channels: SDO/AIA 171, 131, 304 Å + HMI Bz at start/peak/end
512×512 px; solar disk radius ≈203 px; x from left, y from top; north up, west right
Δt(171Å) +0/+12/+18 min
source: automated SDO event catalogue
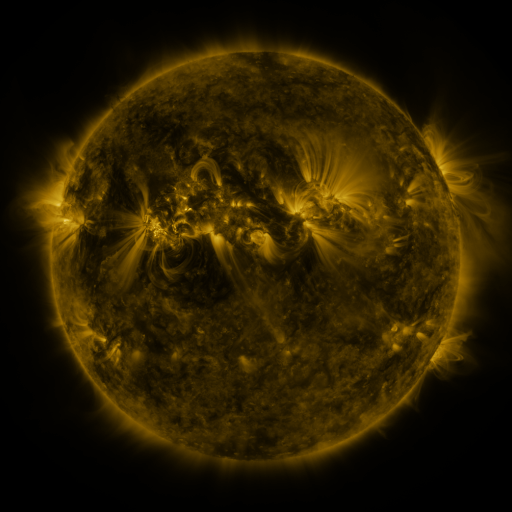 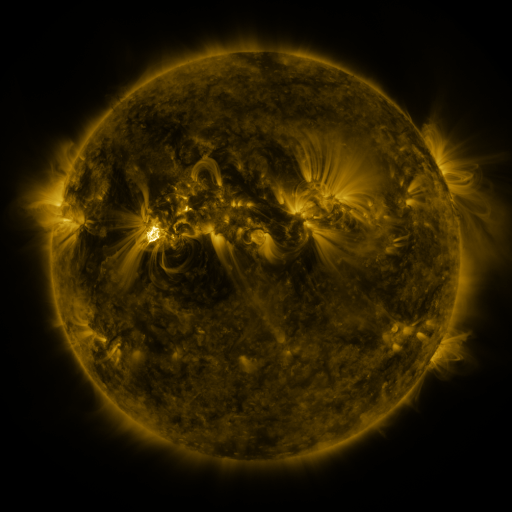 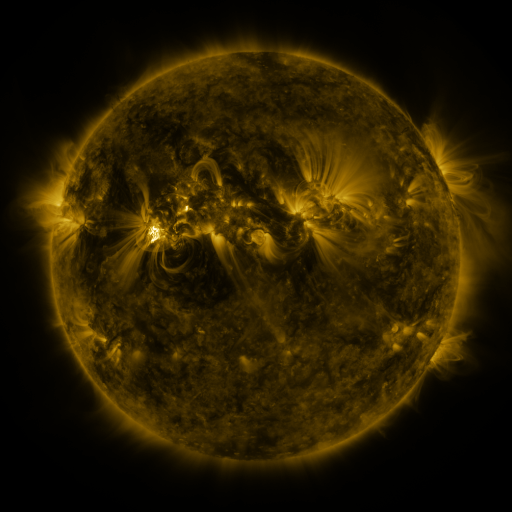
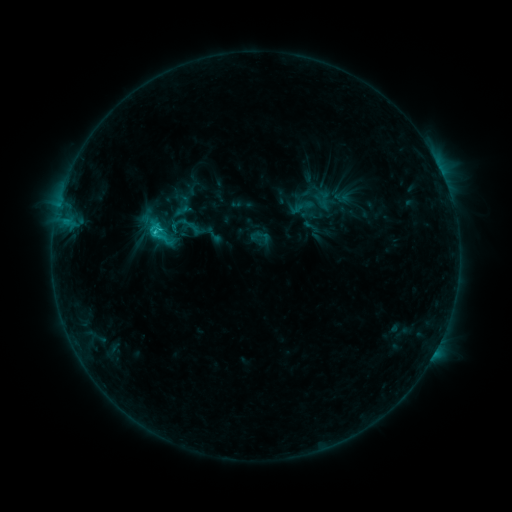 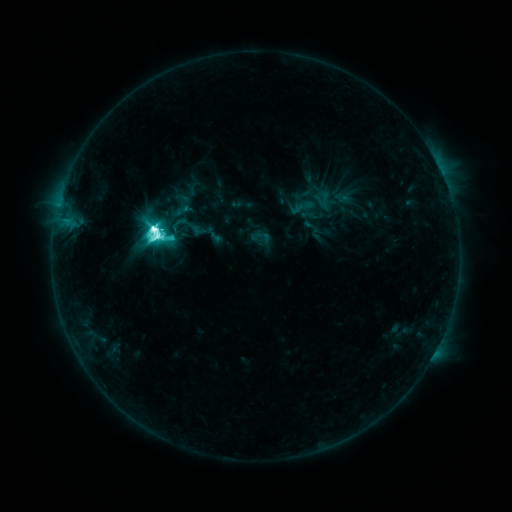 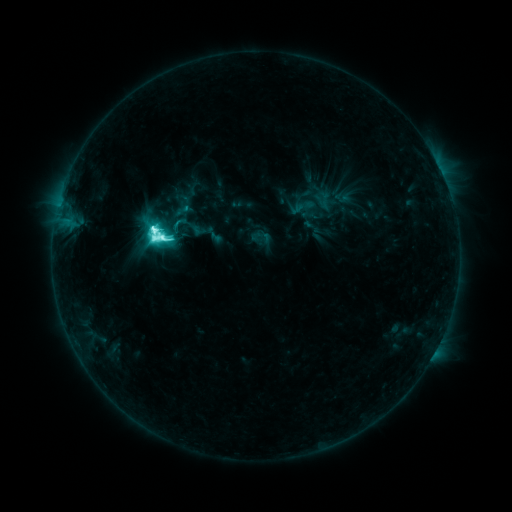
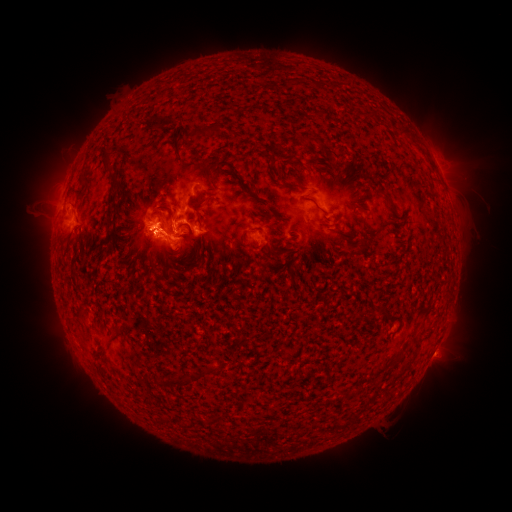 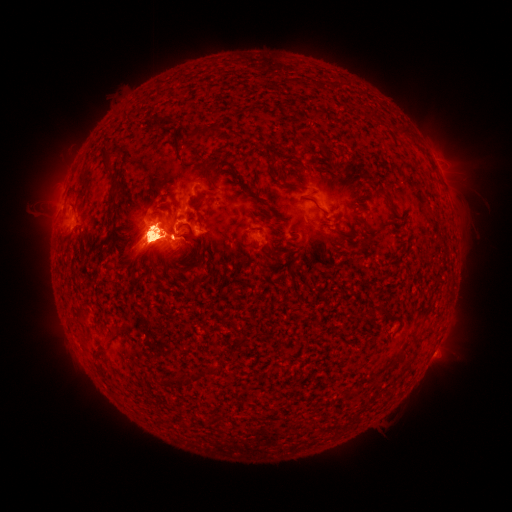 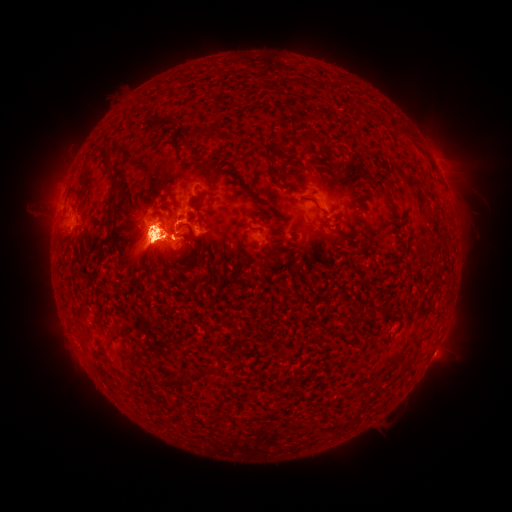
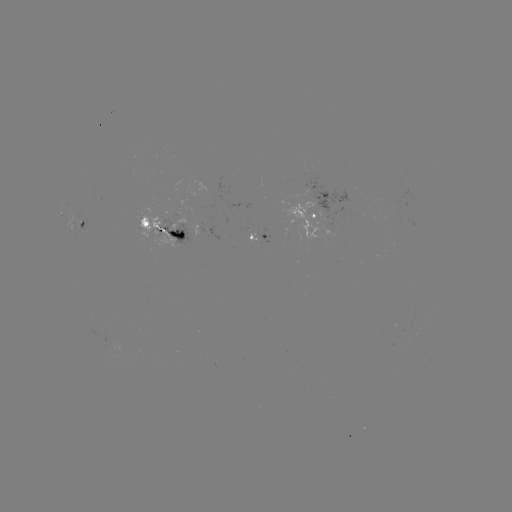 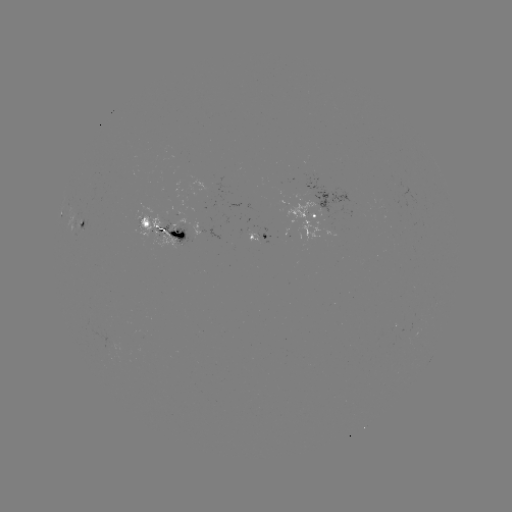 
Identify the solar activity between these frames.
M2.6 flare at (156, 234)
